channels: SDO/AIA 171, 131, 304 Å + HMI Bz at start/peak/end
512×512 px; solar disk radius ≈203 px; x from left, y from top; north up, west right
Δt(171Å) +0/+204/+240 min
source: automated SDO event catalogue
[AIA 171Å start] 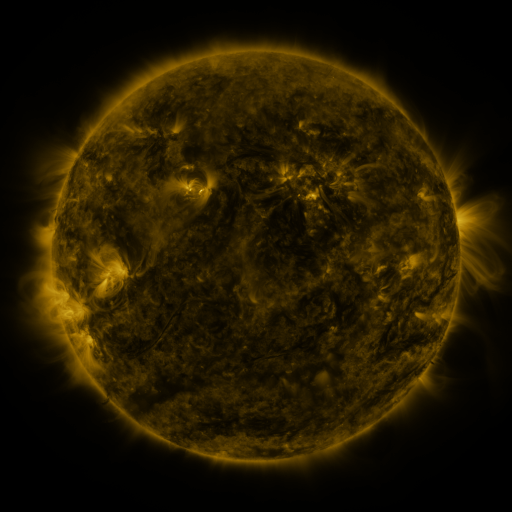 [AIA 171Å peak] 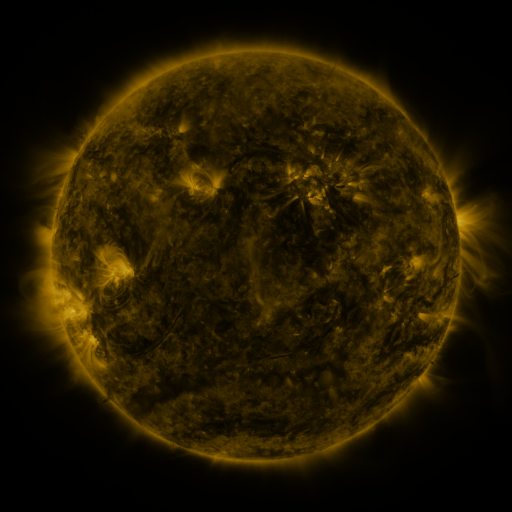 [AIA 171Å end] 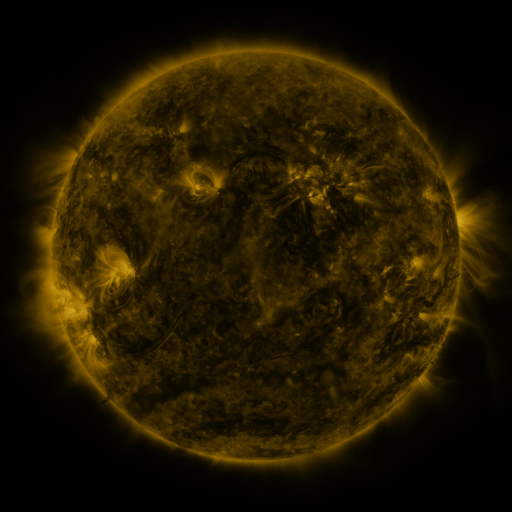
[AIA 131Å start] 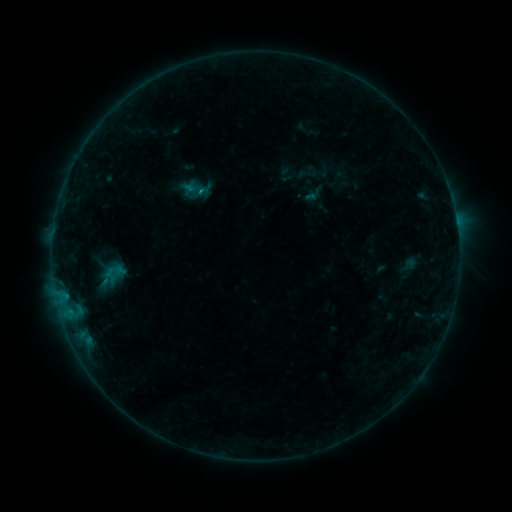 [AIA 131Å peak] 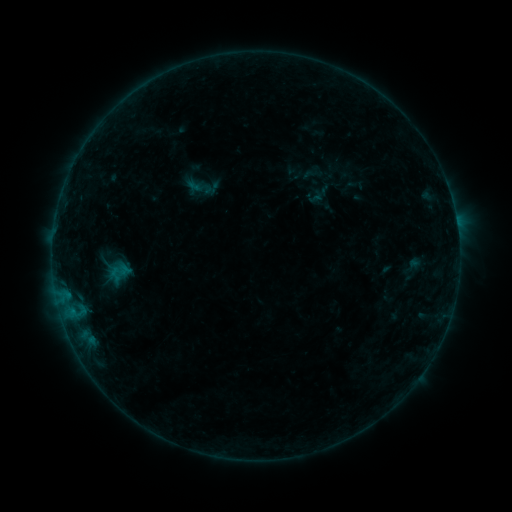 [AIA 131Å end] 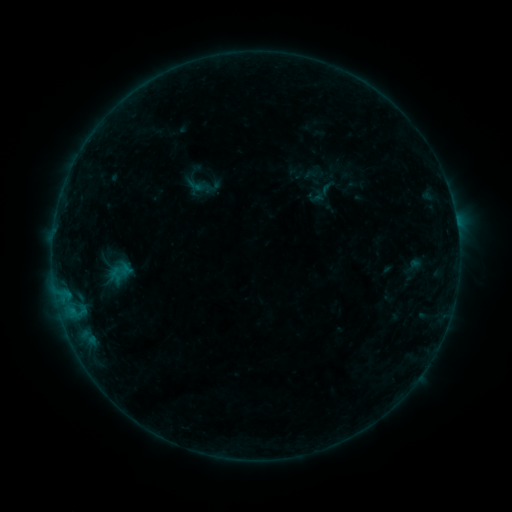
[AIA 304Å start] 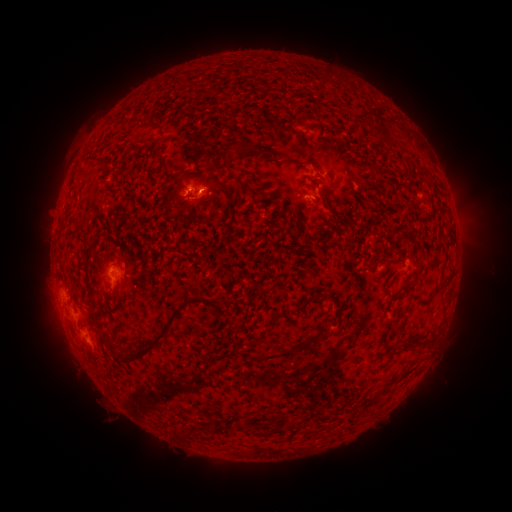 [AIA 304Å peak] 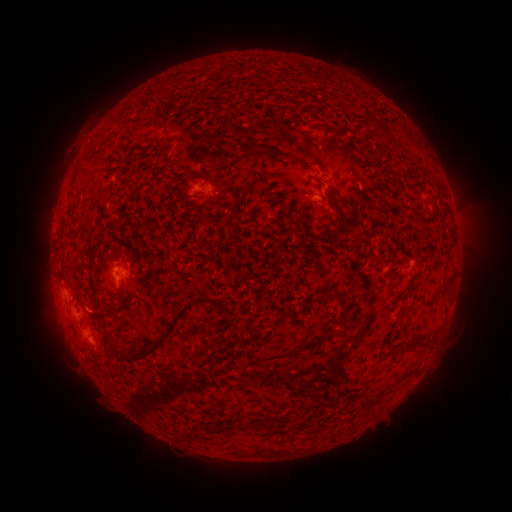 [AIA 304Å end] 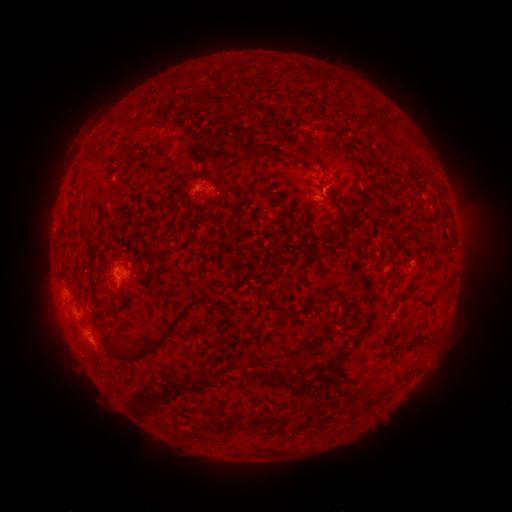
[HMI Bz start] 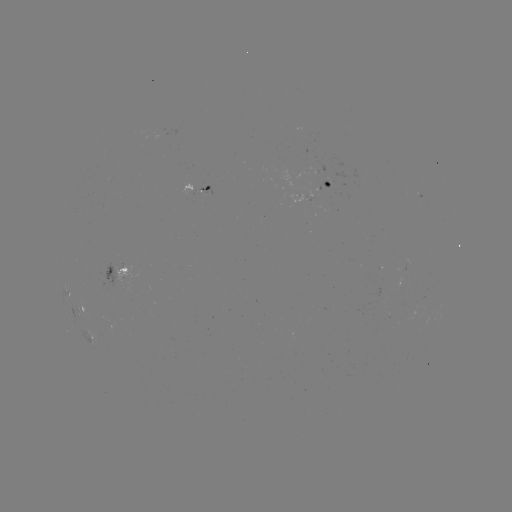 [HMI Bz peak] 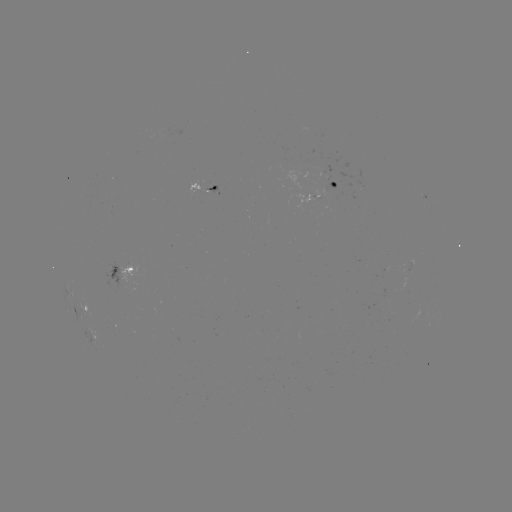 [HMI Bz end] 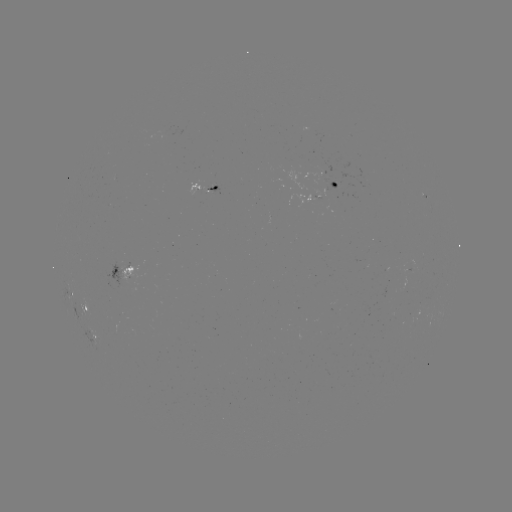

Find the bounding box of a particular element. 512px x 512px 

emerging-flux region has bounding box [205, 186, 218, 196].